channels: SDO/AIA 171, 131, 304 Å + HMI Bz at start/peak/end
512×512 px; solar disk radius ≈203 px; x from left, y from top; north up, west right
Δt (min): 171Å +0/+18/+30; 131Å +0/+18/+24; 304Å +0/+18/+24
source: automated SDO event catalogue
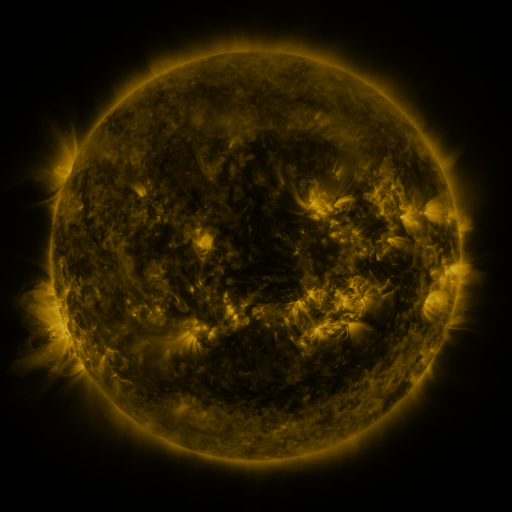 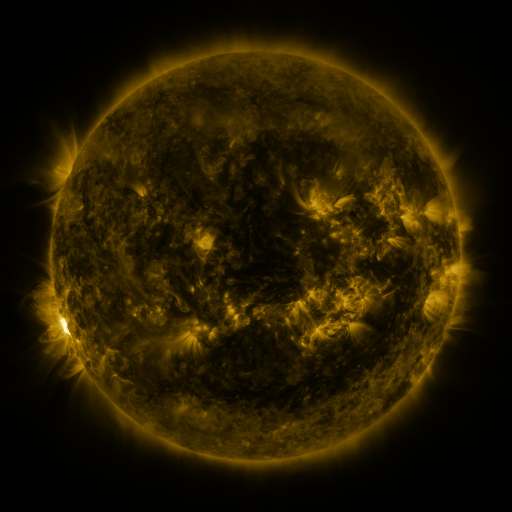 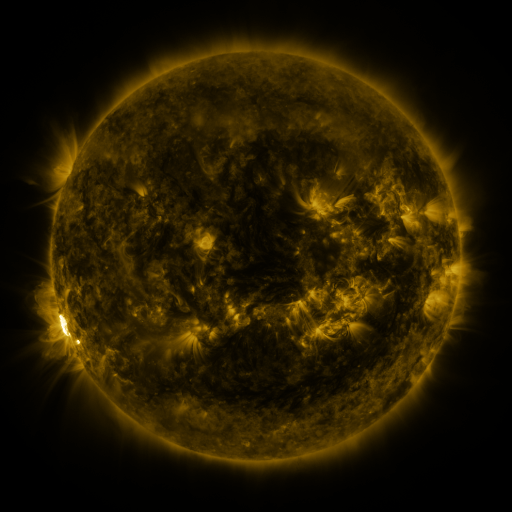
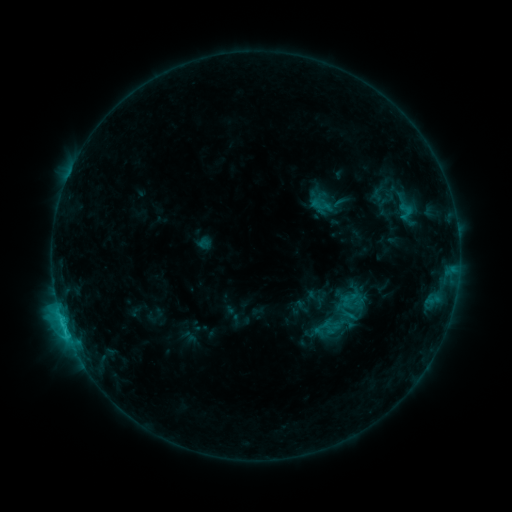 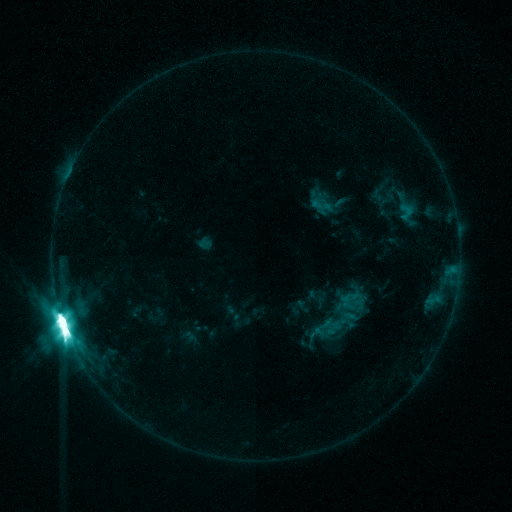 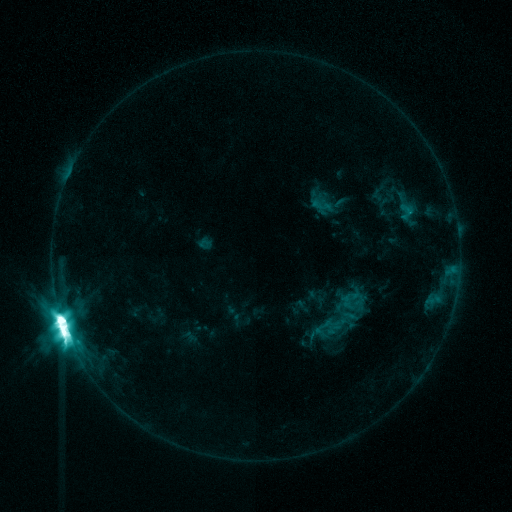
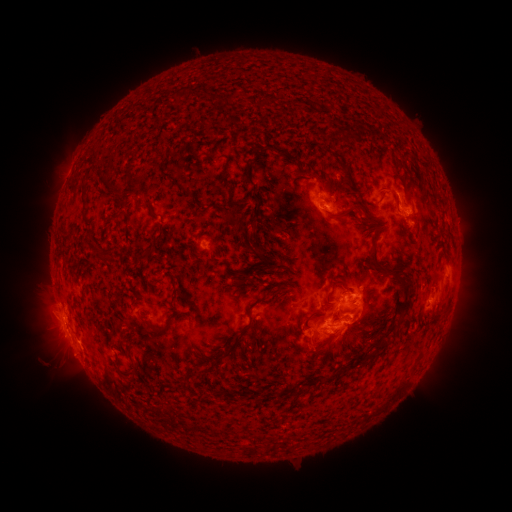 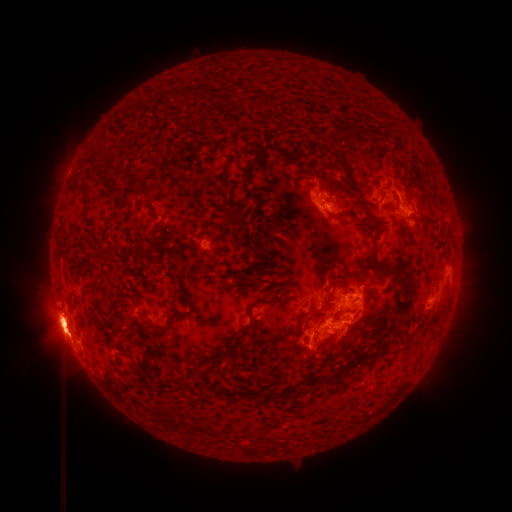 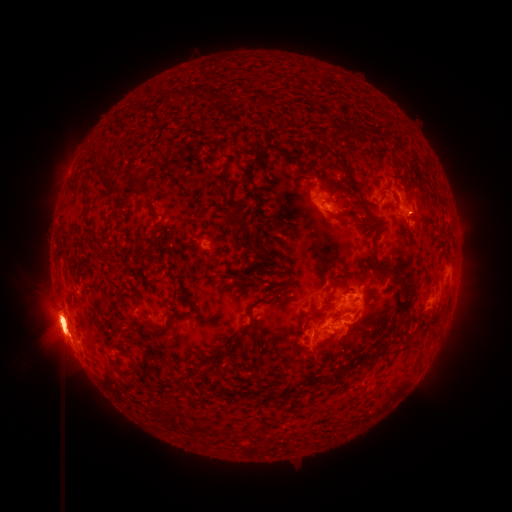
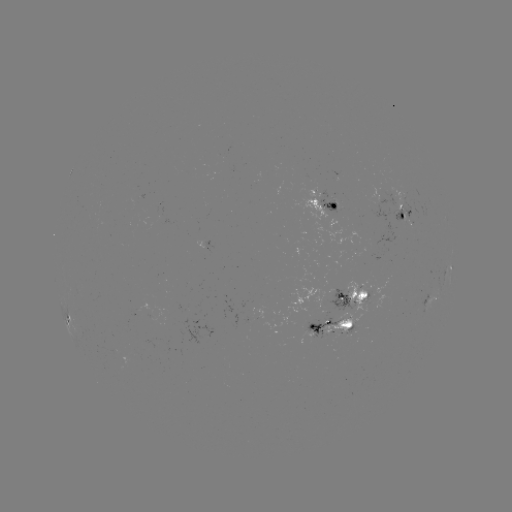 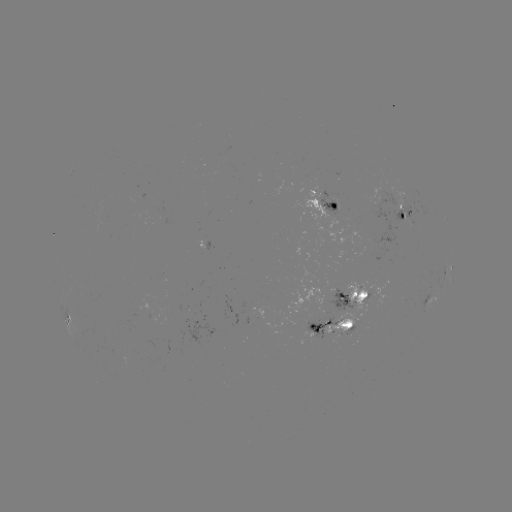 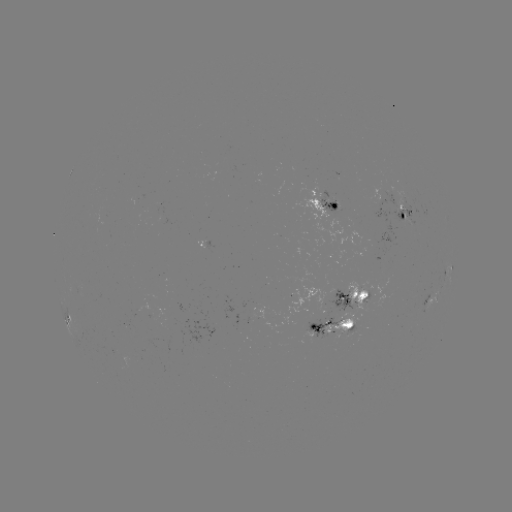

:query X1.5 flare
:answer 65,325